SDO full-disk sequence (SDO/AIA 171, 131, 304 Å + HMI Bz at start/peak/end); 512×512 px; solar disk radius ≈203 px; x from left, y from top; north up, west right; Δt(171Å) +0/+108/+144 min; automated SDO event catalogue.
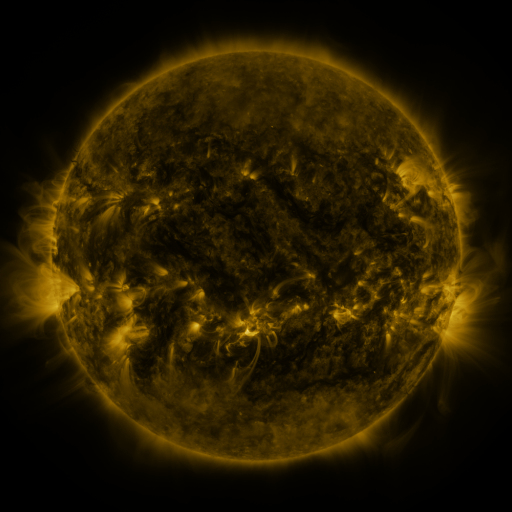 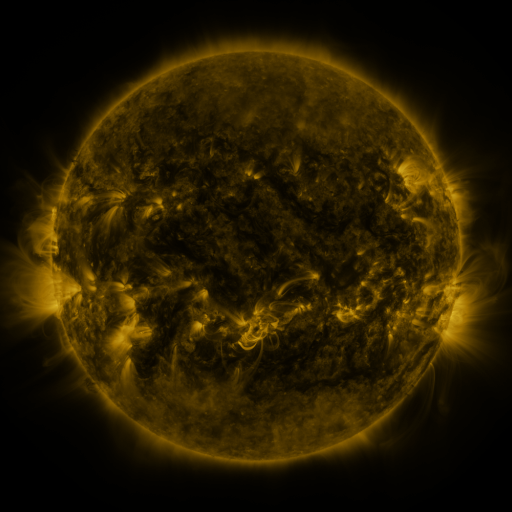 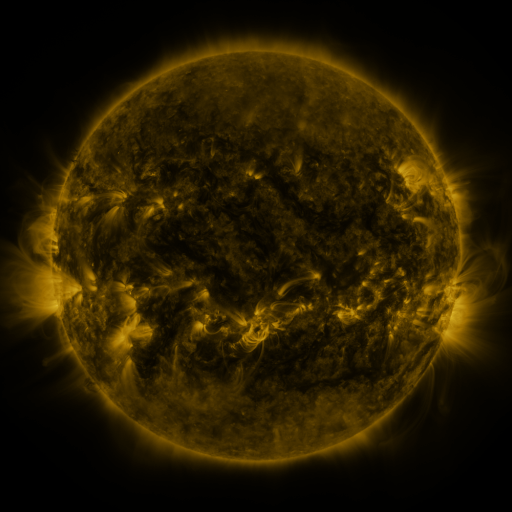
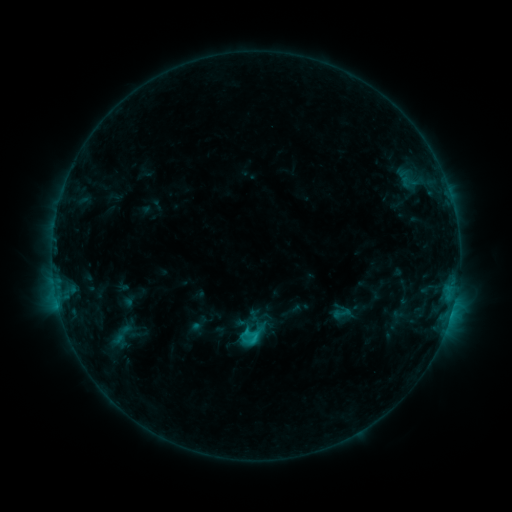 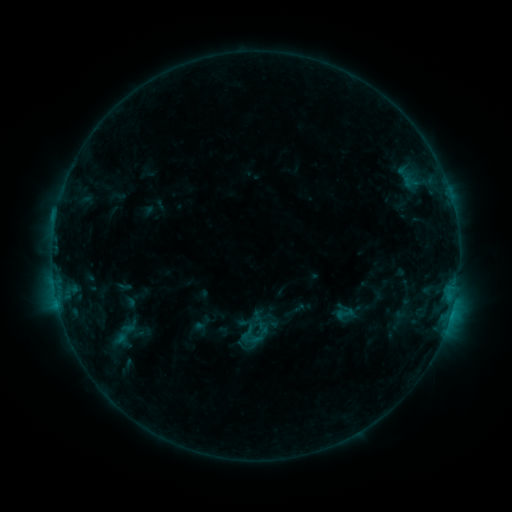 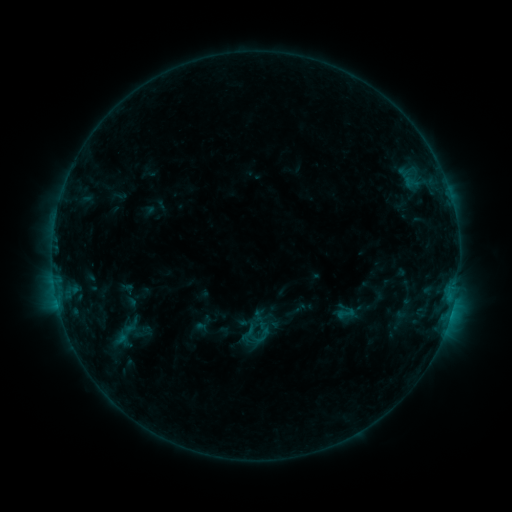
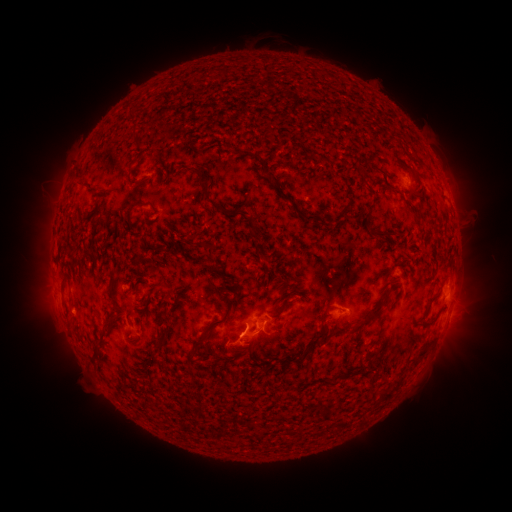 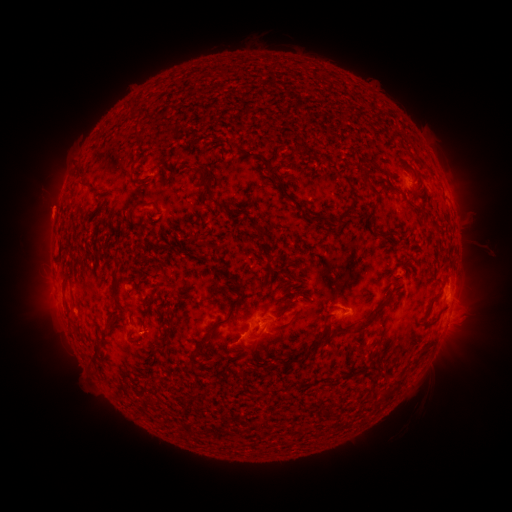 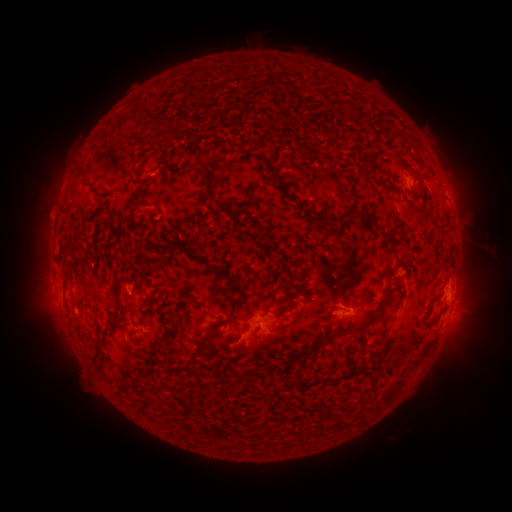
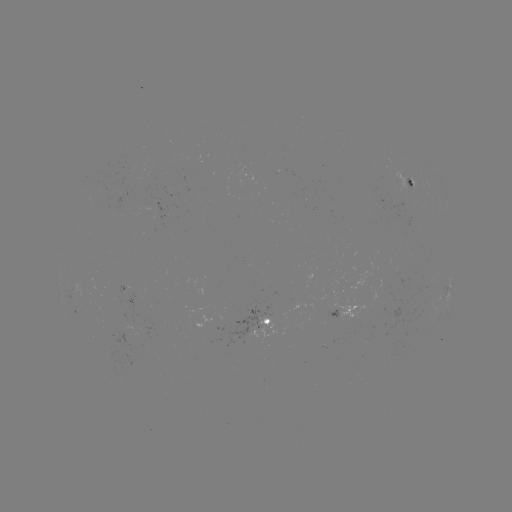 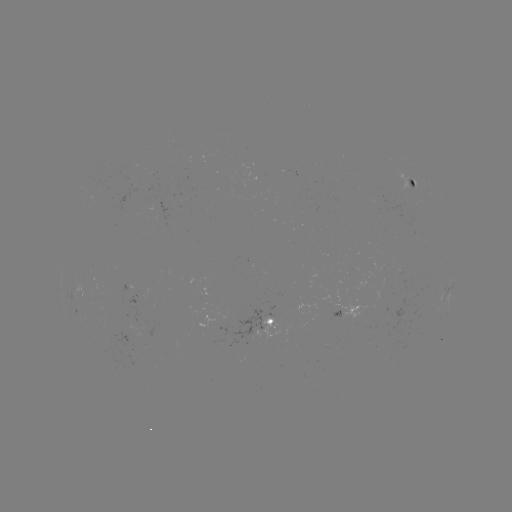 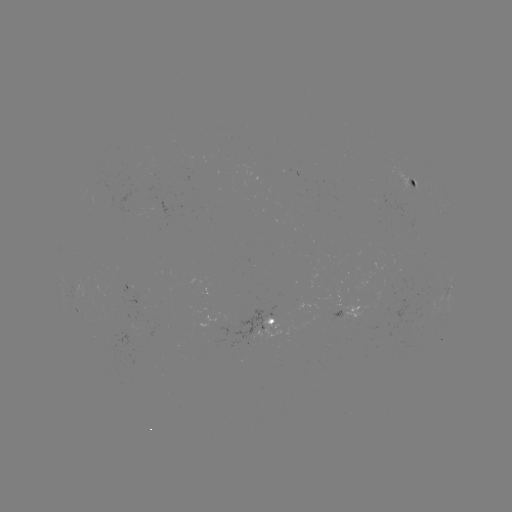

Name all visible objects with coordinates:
emerging-flux region: (414, 182)
